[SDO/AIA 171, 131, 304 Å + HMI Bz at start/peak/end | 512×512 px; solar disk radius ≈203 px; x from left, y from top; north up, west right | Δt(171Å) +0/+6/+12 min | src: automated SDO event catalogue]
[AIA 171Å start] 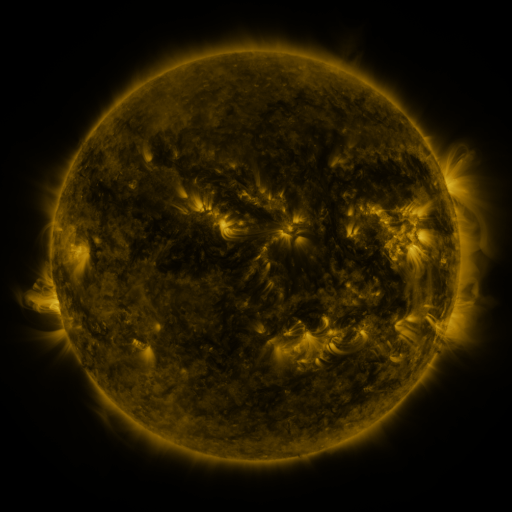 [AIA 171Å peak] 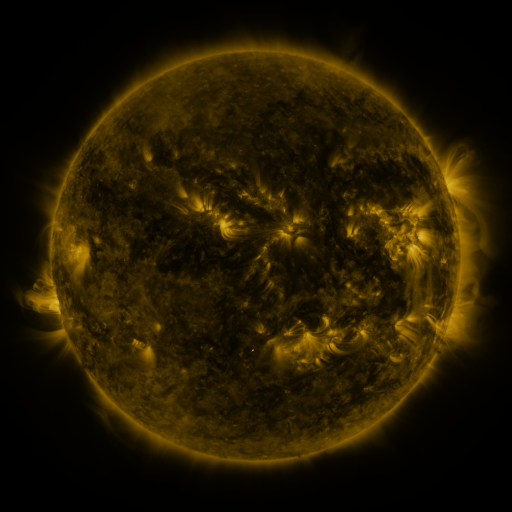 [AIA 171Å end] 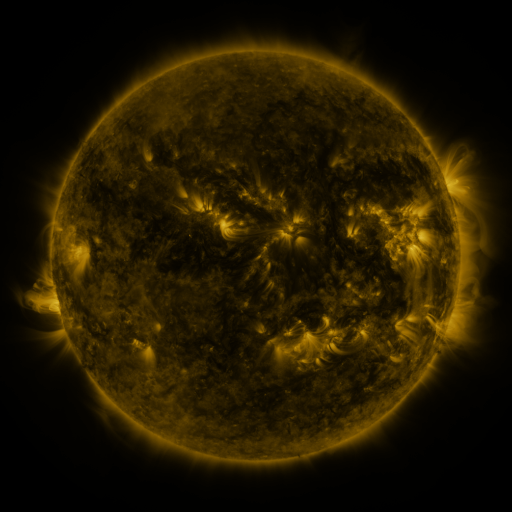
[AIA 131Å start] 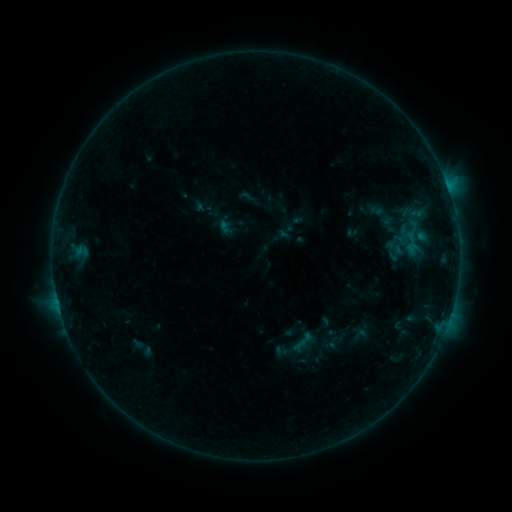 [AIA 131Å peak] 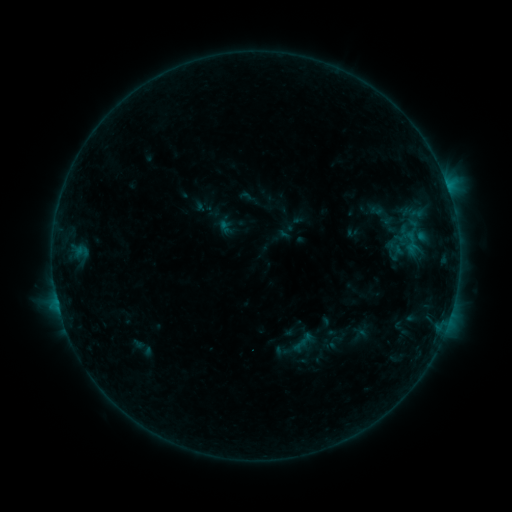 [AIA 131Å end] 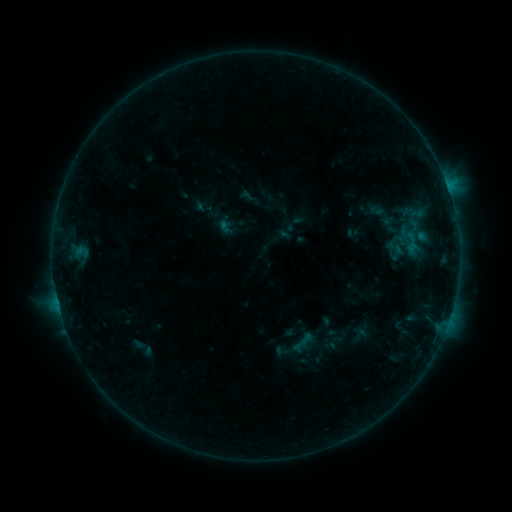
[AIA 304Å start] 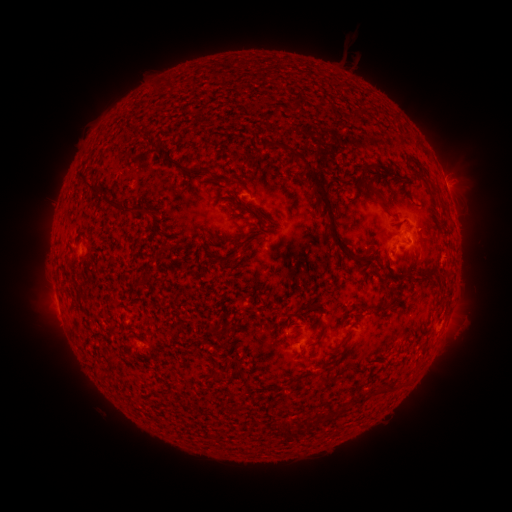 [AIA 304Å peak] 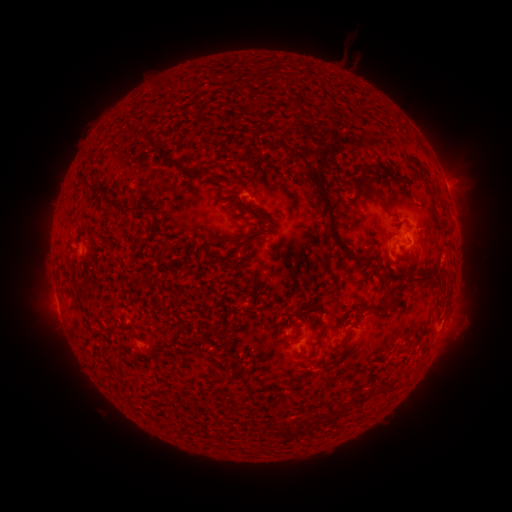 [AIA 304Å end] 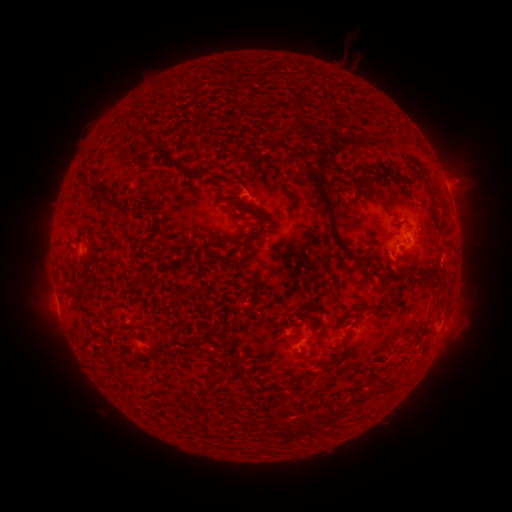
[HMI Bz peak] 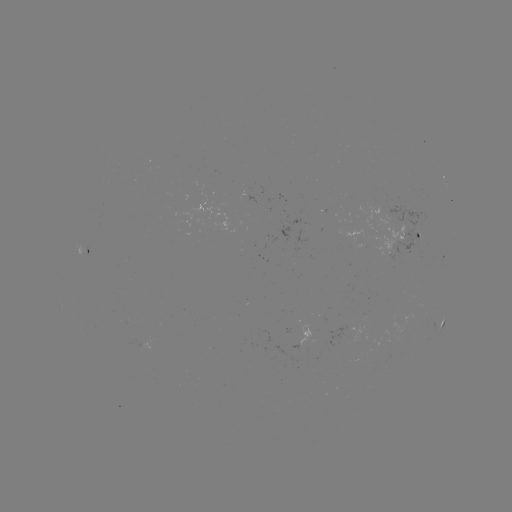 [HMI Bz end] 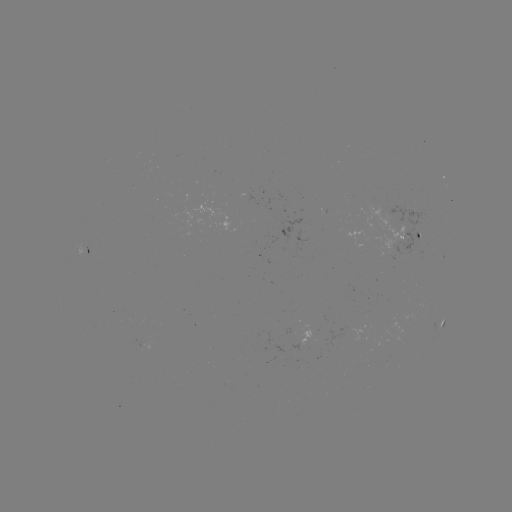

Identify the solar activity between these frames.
no catalogued flare and no flagged EUV brightening in this window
